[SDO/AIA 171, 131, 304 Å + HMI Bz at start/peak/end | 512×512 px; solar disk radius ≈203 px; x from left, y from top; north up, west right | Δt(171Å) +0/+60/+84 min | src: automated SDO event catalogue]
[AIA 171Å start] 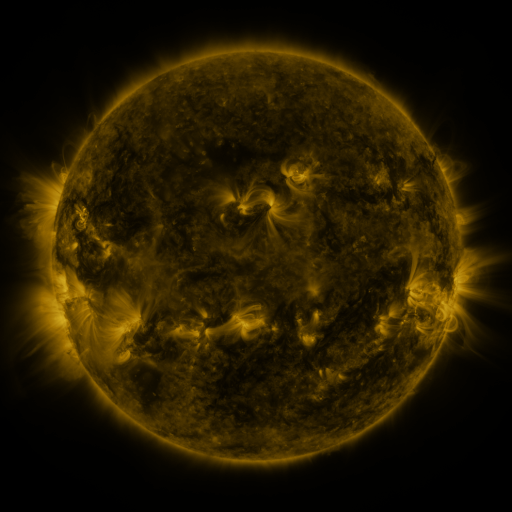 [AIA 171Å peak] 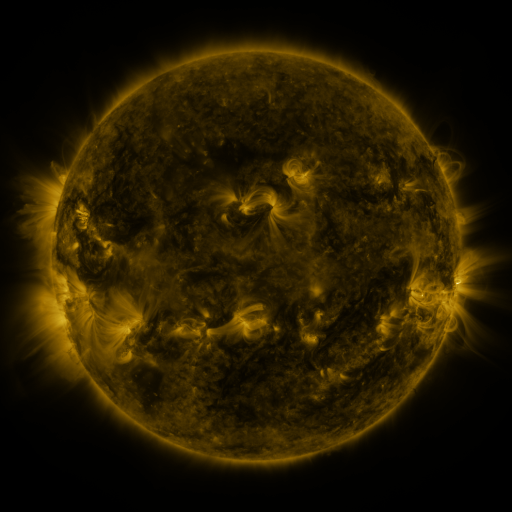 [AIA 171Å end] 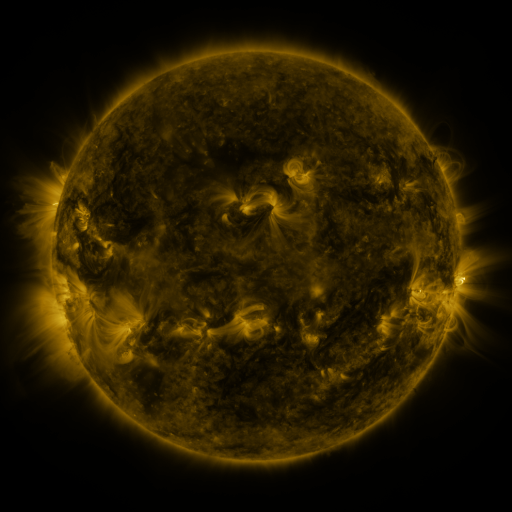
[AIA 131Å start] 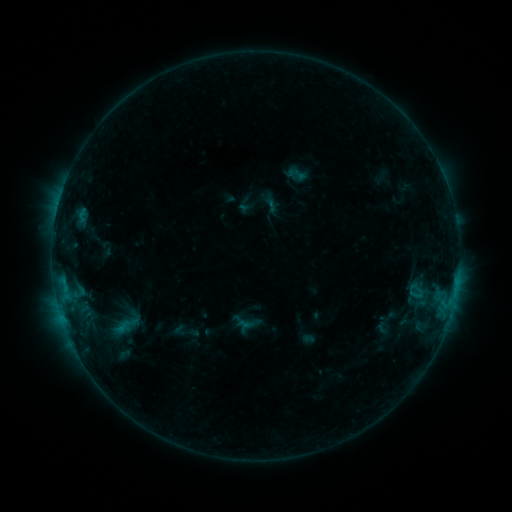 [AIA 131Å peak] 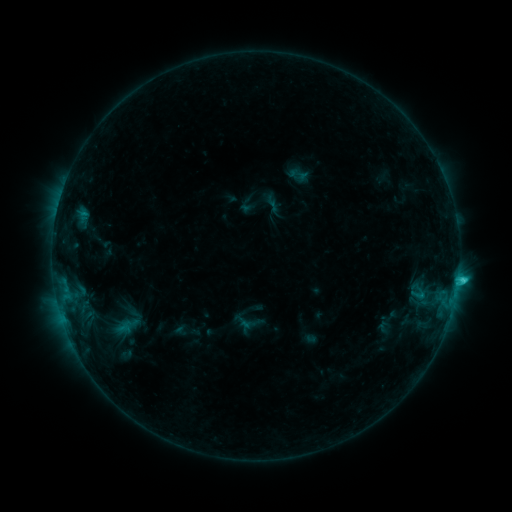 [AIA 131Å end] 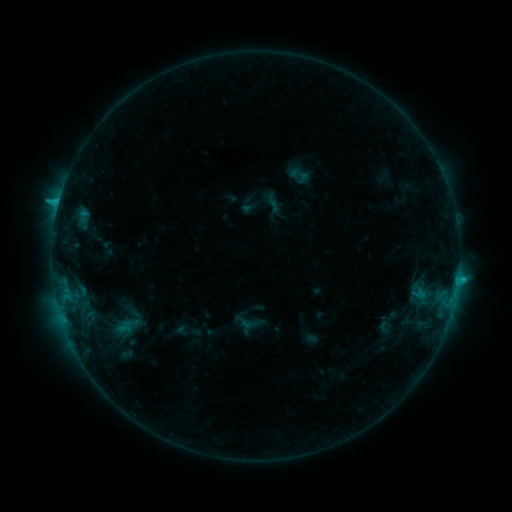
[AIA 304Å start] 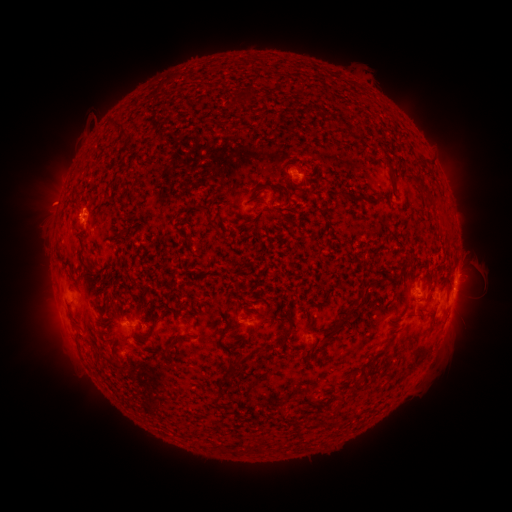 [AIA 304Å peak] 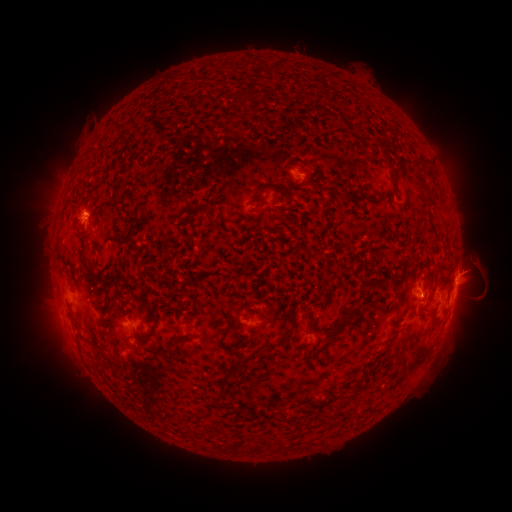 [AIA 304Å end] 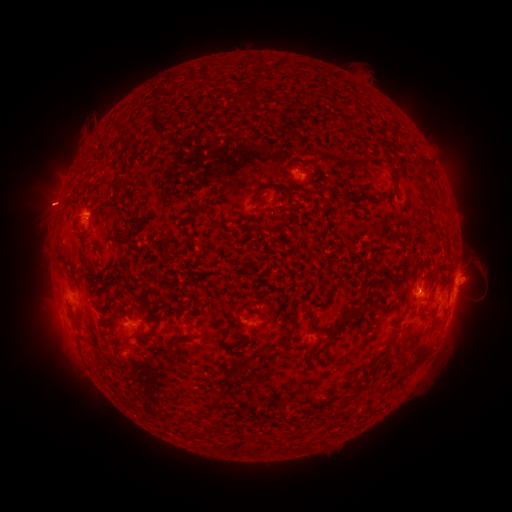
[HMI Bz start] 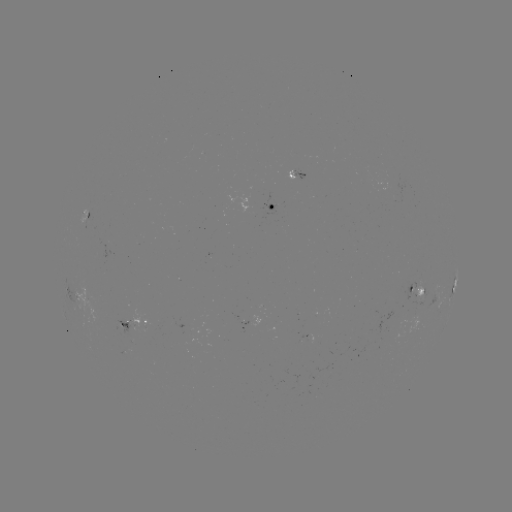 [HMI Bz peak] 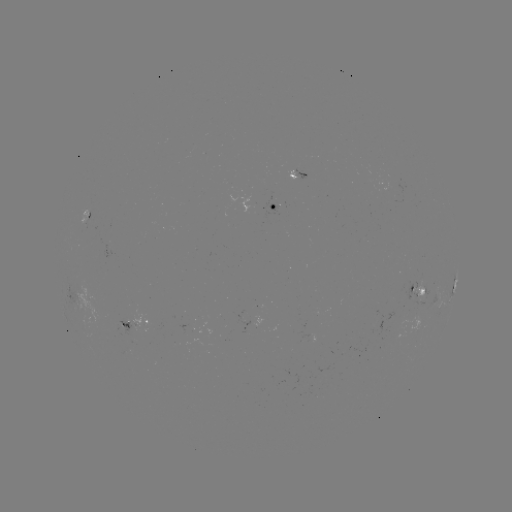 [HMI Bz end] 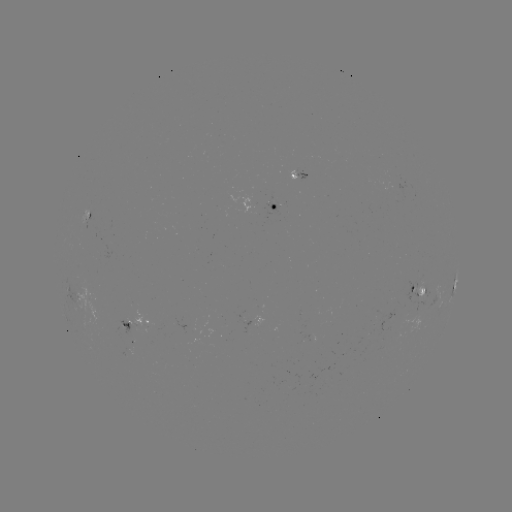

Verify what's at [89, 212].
emerging-flux region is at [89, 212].